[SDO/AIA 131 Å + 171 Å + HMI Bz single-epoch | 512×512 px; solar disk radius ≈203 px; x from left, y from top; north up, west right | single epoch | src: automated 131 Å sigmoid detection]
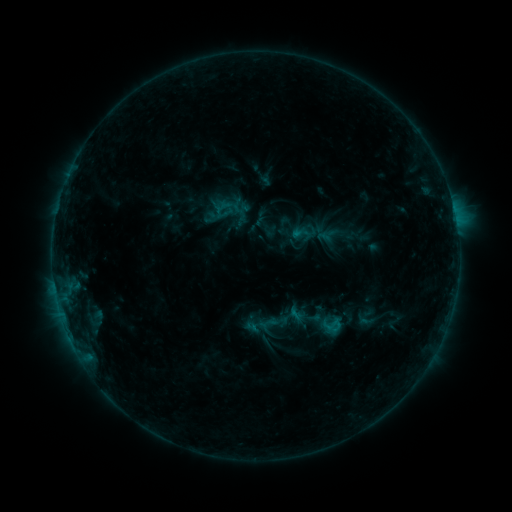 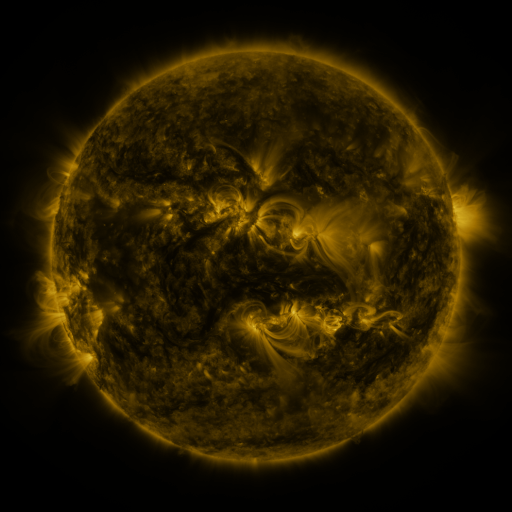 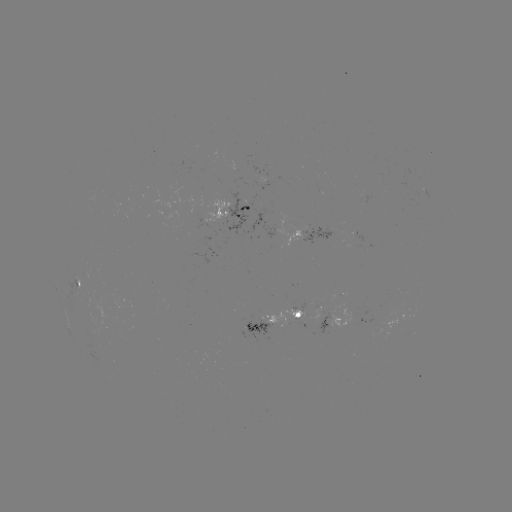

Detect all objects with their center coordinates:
sigmoid: <bbox>291, 222, 313, 245</bbox>
sigmoid: <bbox>322, 314, 344, 336</bbox>
